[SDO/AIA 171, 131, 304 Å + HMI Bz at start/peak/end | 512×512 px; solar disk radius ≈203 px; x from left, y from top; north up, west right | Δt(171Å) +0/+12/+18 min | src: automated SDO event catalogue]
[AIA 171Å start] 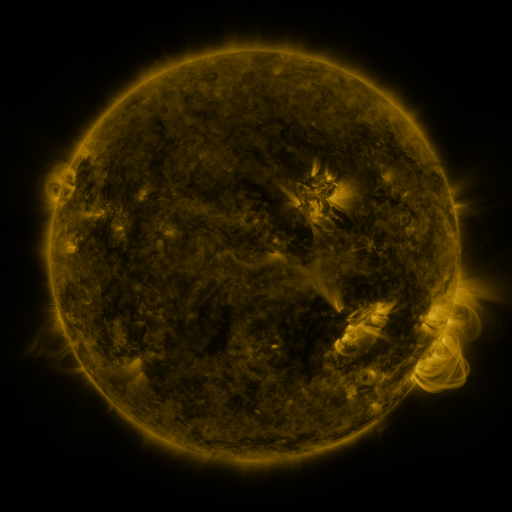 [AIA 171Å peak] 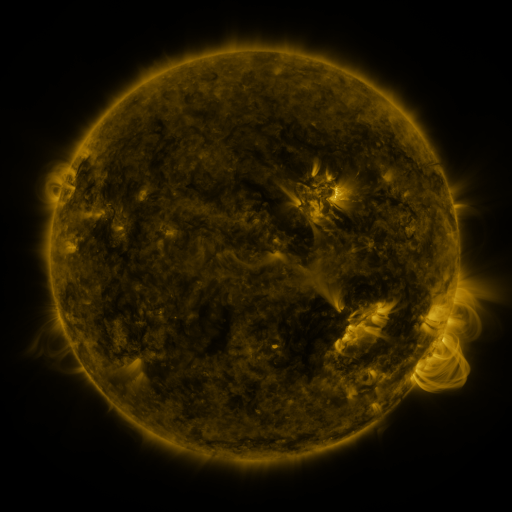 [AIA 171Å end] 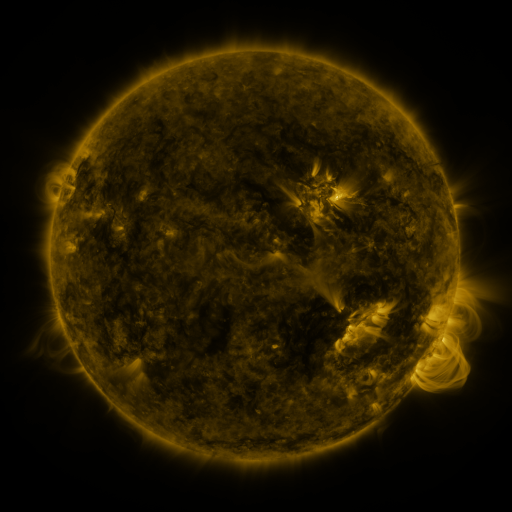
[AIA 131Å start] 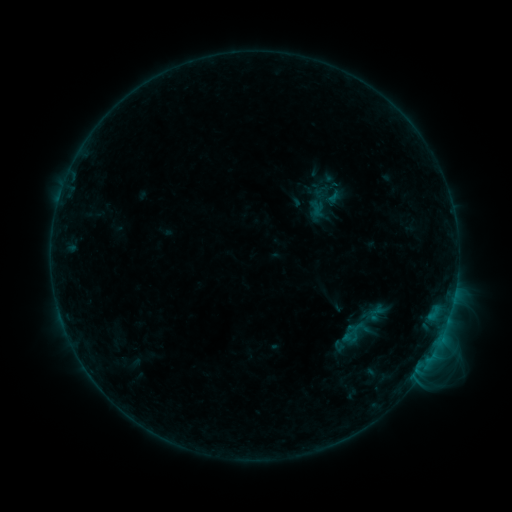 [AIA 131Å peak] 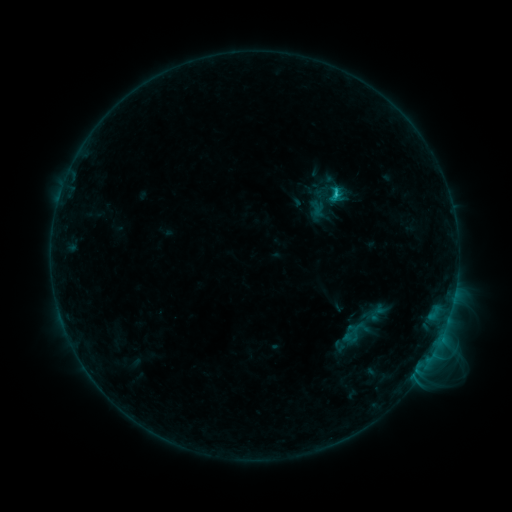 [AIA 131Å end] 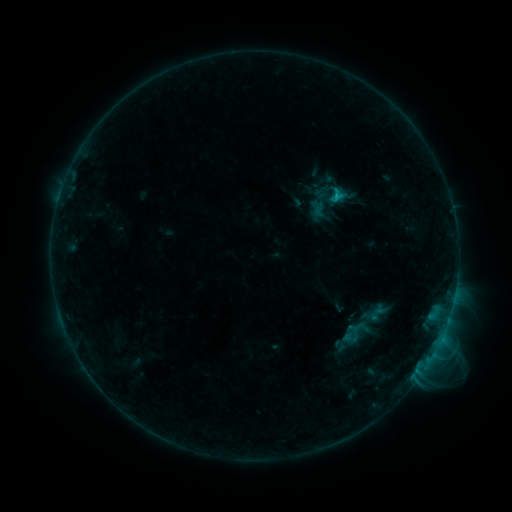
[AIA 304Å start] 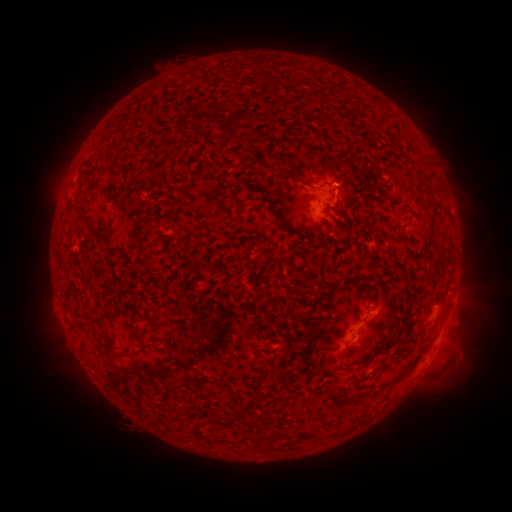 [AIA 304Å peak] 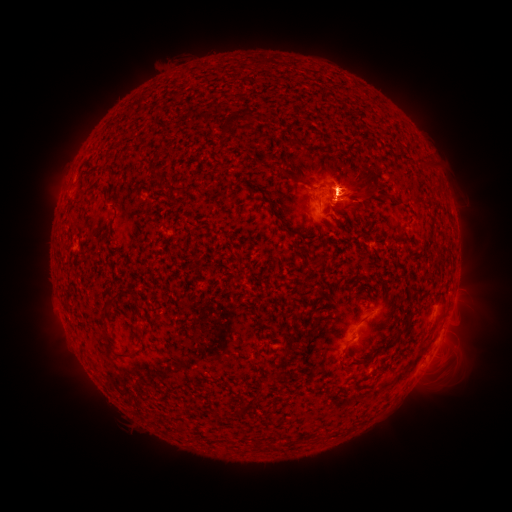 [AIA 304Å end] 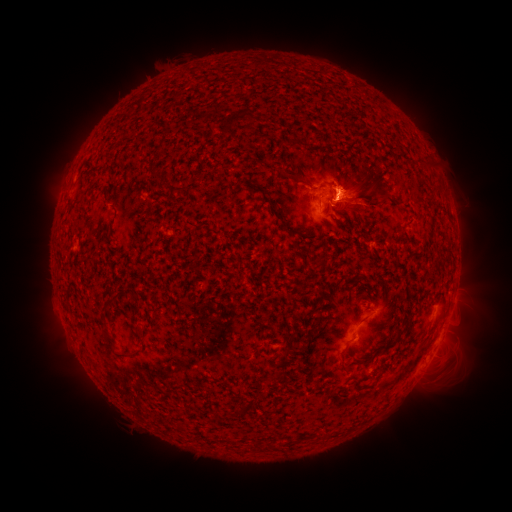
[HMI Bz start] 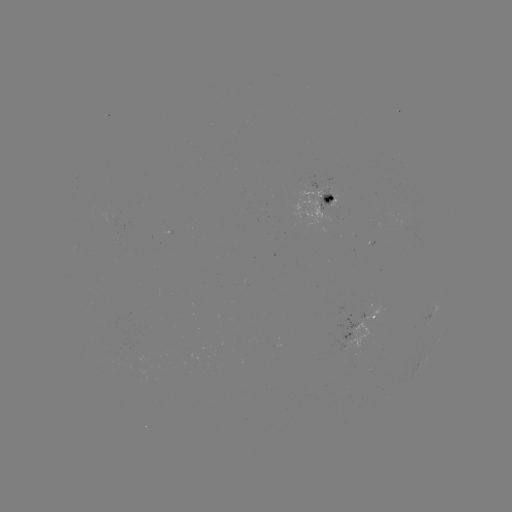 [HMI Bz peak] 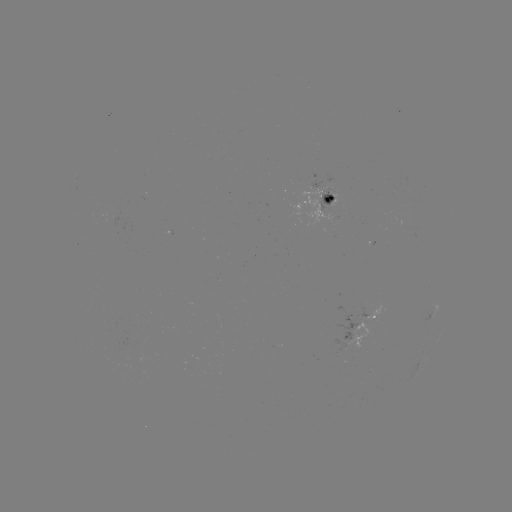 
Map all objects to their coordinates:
B8.5 flare: (334, 193)
